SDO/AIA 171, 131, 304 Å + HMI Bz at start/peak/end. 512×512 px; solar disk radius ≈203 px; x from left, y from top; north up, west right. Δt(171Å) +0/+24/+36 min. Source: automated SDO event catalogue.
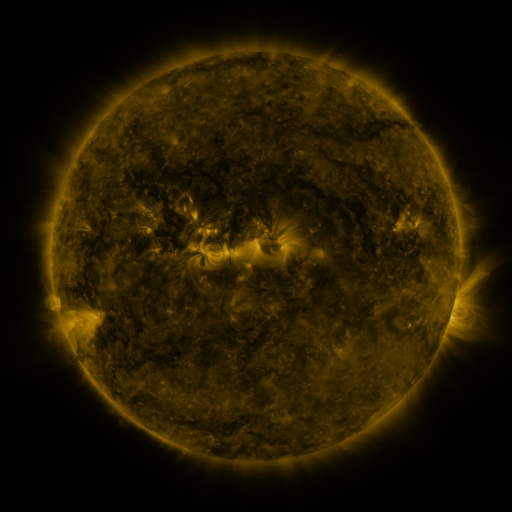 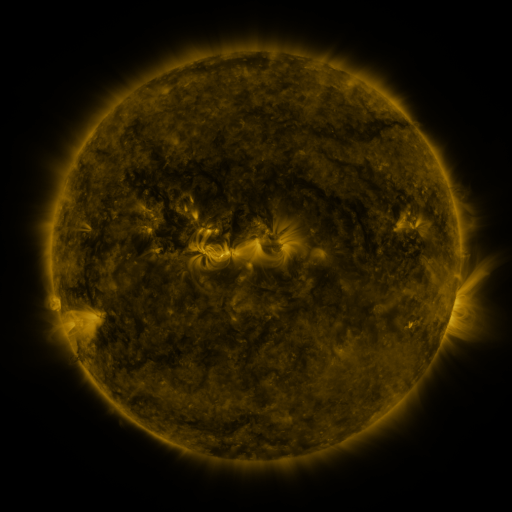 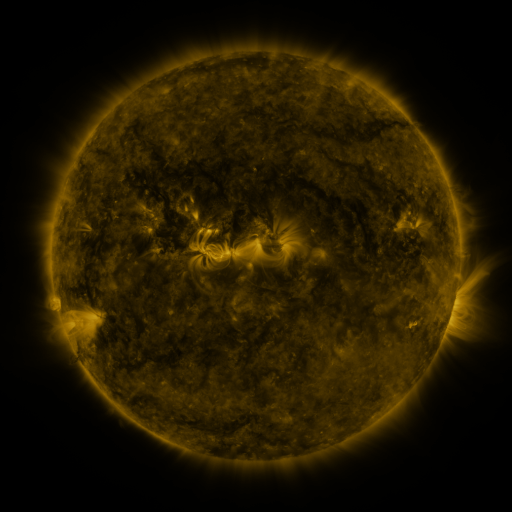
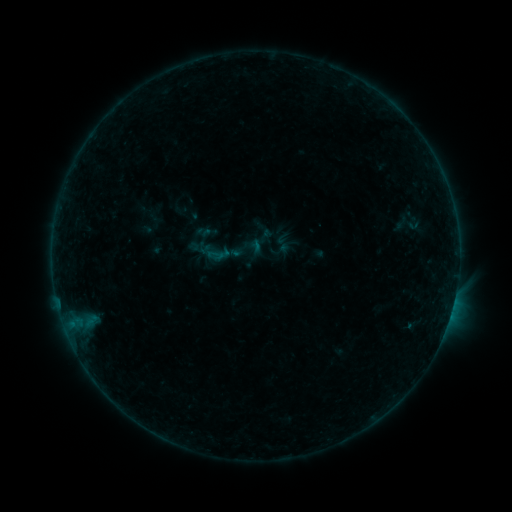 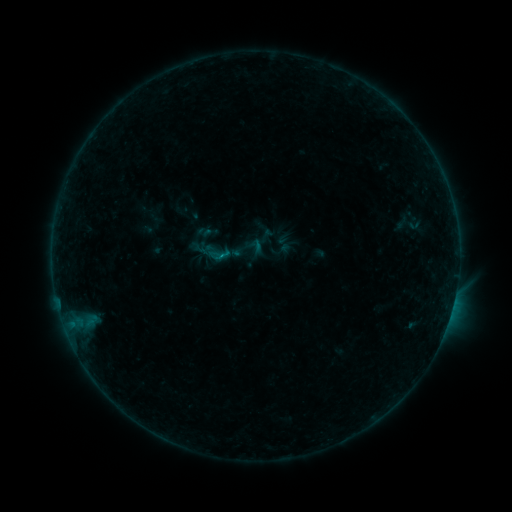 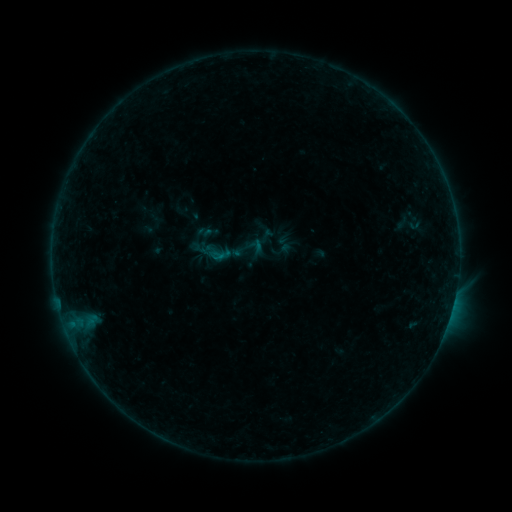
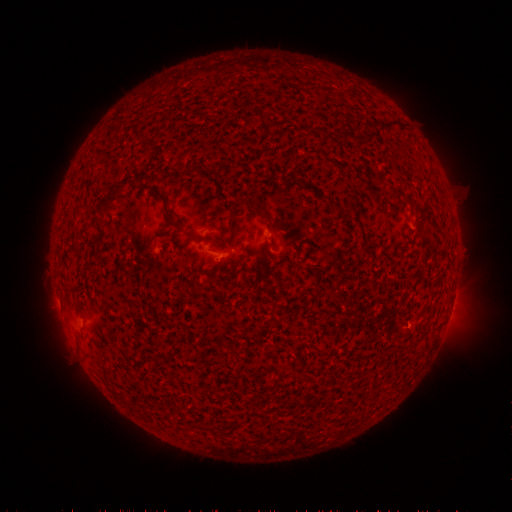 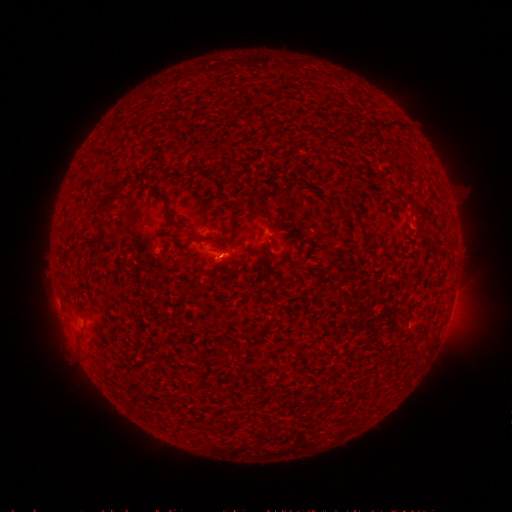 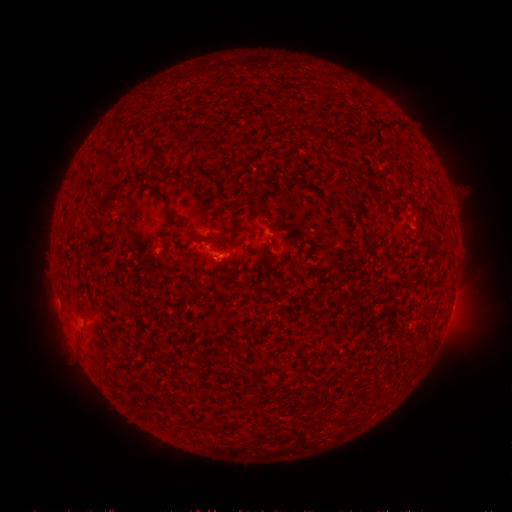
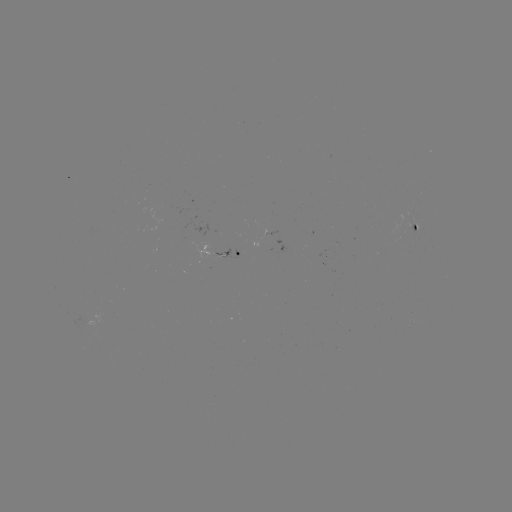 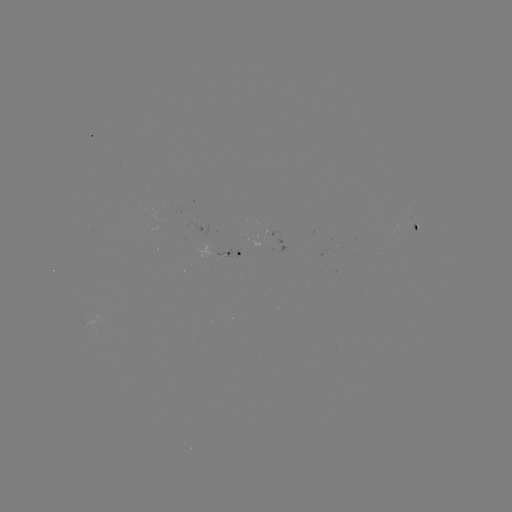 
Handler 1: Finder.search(B3.5 flare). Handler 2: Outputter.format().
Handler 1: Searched B3.5 flare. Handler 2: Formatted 224,258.